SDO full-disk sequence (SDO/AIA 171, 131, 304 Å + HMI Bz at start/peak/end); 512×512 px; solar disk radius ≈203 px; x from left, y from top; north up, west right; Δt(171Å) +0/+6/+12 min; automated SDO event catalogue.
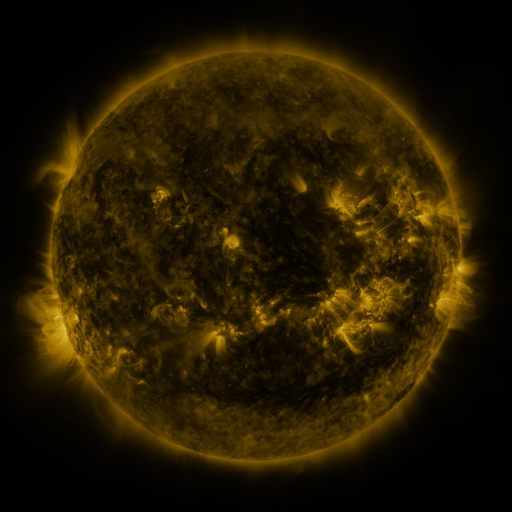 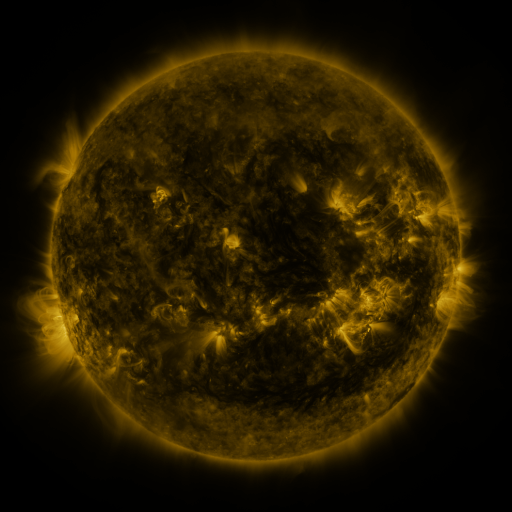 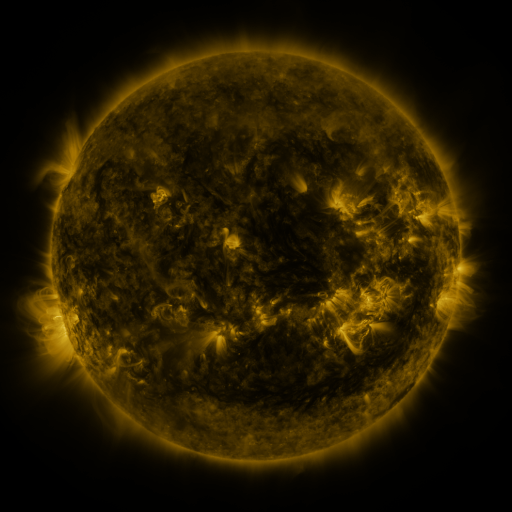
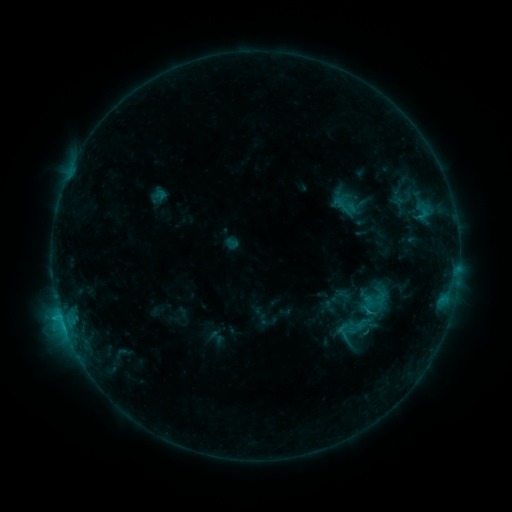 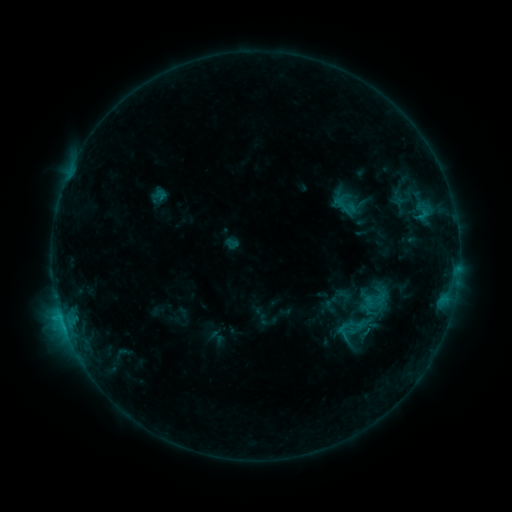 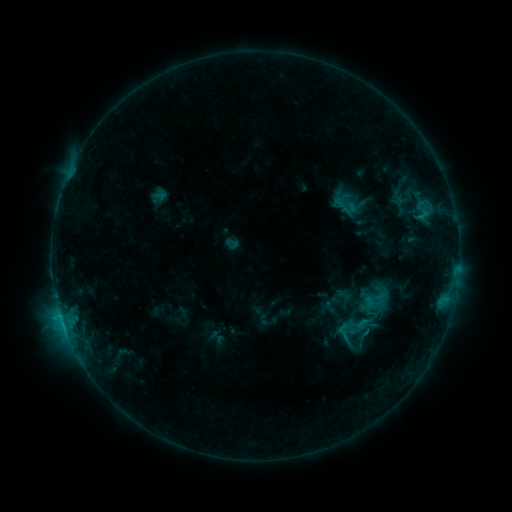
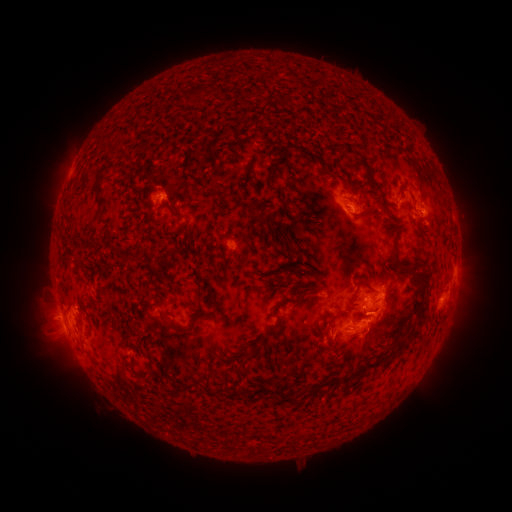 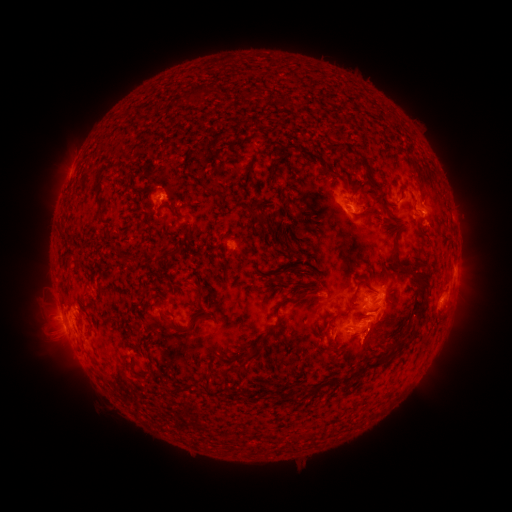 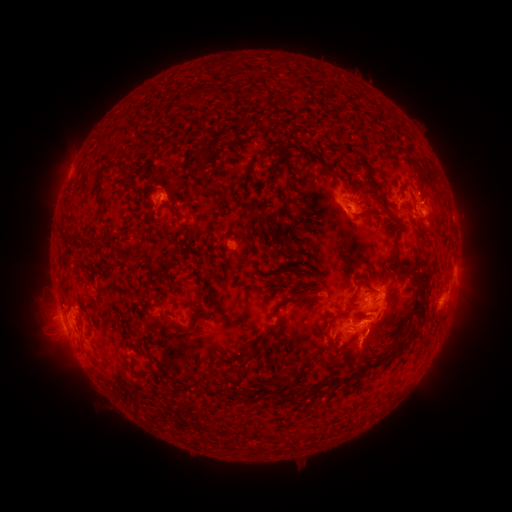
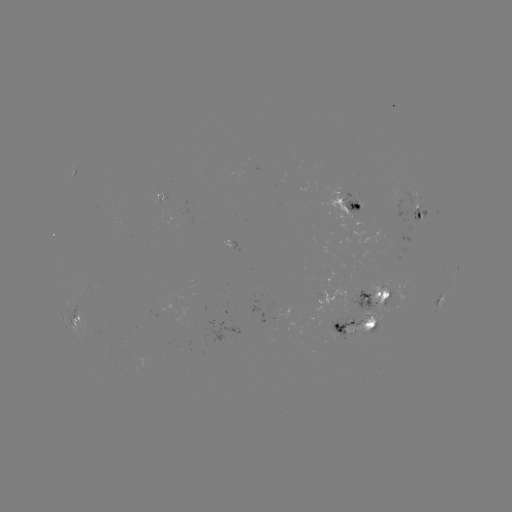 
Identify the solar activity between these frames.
eruption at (364, 353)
